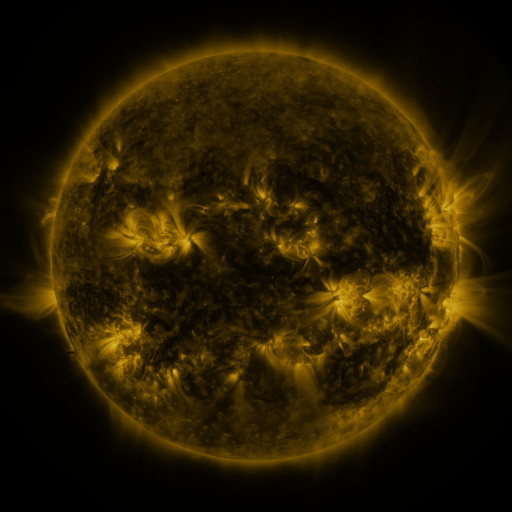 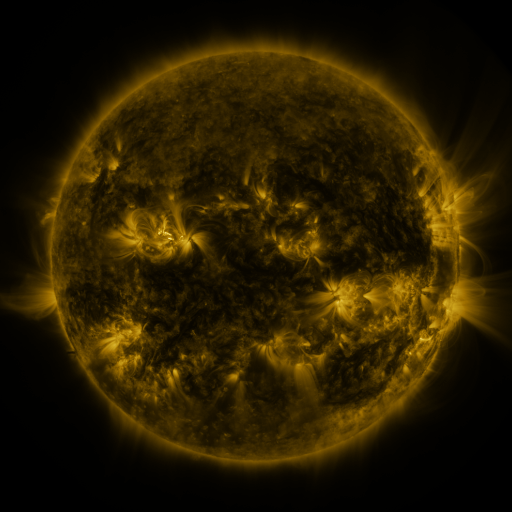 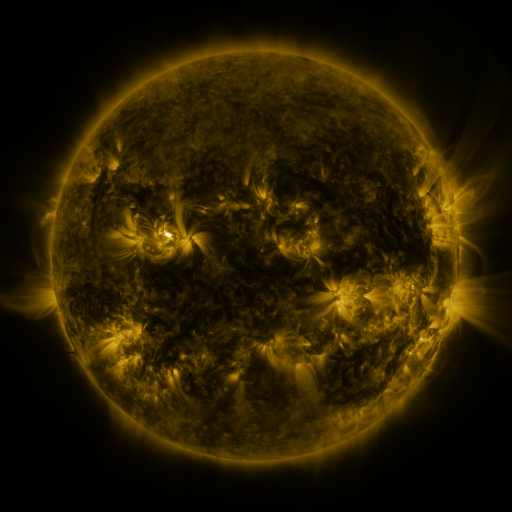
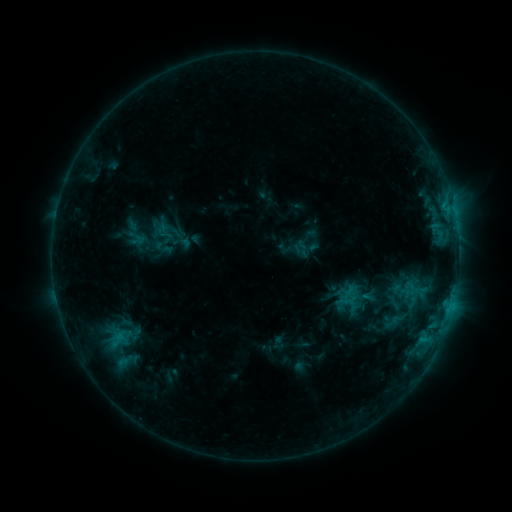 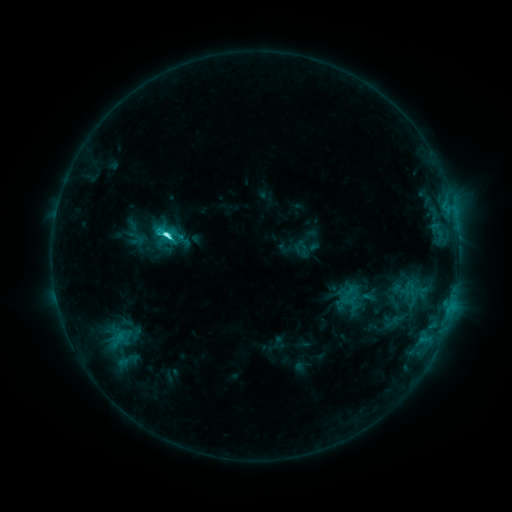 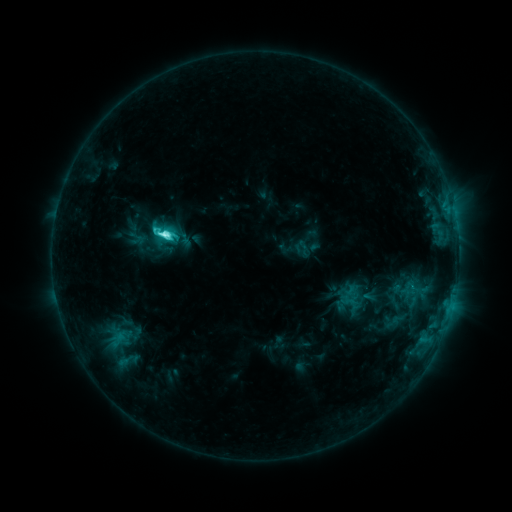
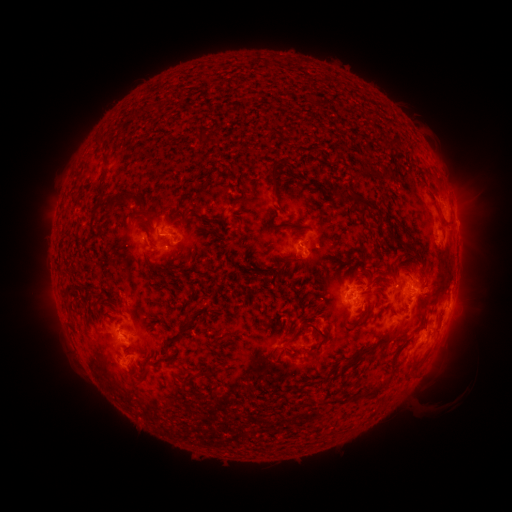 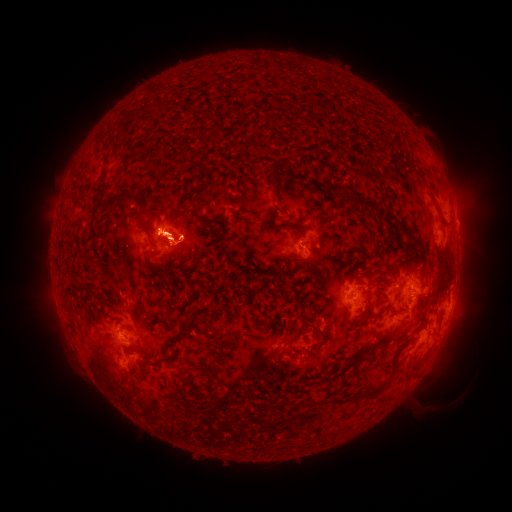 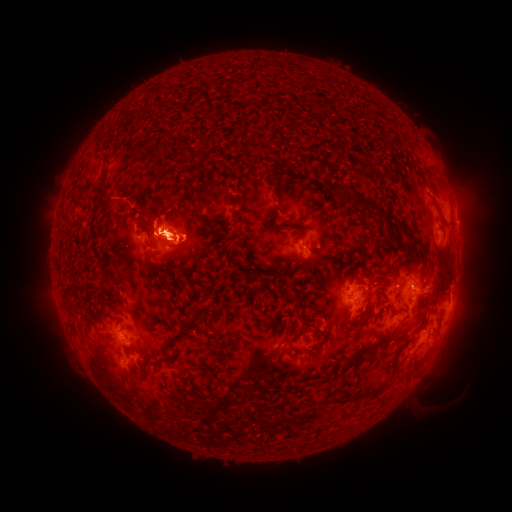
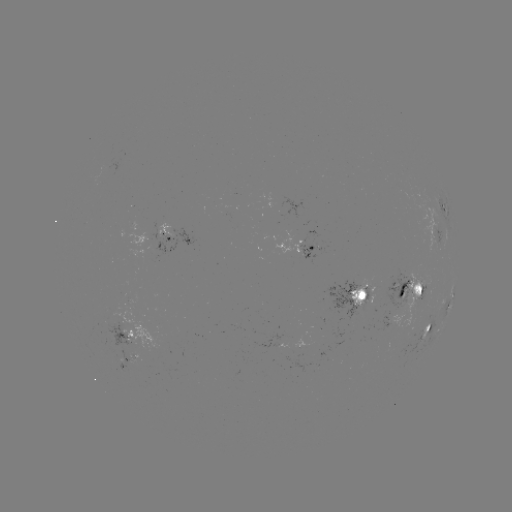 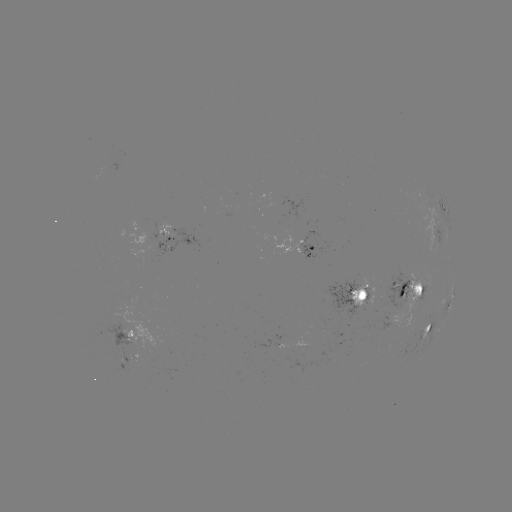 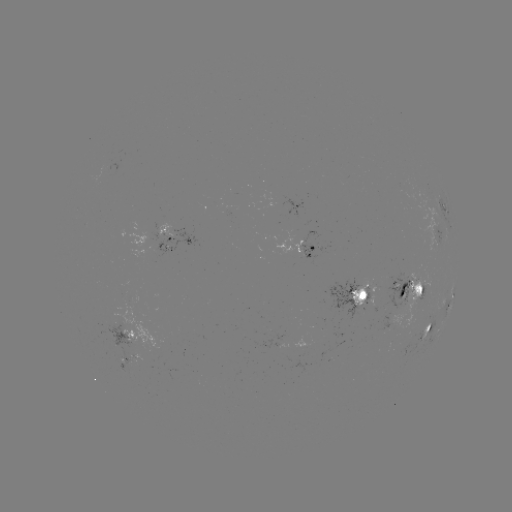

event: eruption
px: (162, 229)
